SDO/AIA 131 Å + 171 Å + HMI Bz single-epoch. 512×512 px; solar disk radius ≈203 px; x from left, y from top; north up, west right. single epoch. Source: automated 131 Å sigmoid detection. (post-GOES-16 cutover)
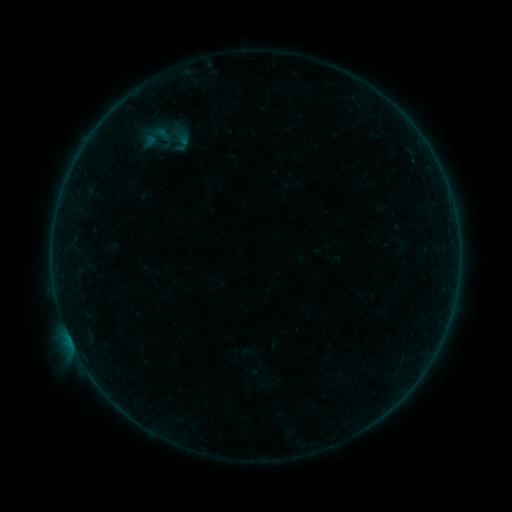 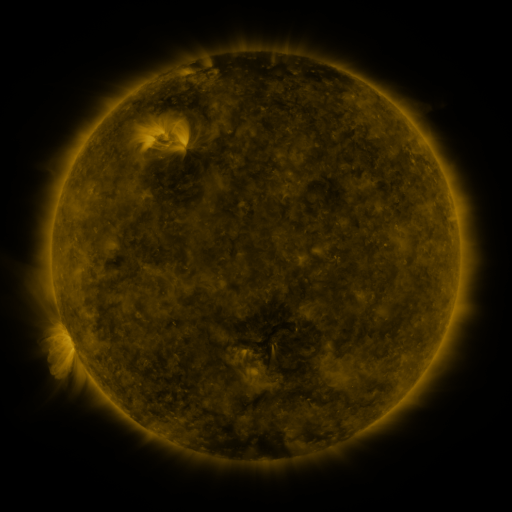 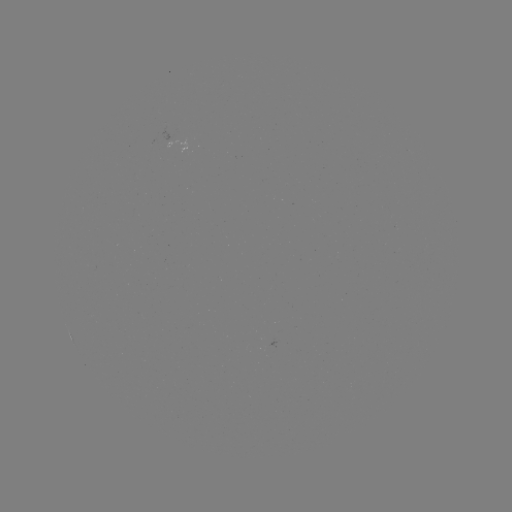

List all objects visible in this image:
sigmoid: (157, 137)
